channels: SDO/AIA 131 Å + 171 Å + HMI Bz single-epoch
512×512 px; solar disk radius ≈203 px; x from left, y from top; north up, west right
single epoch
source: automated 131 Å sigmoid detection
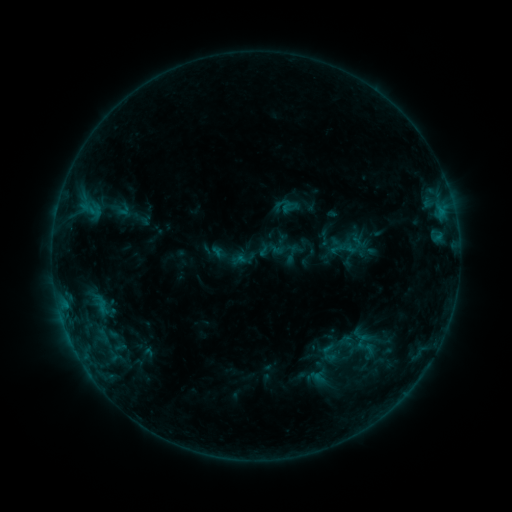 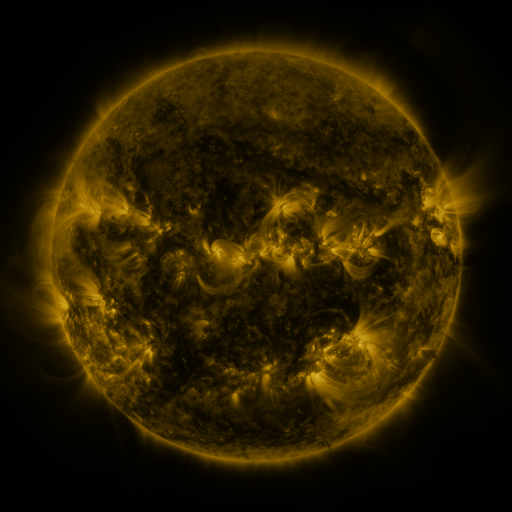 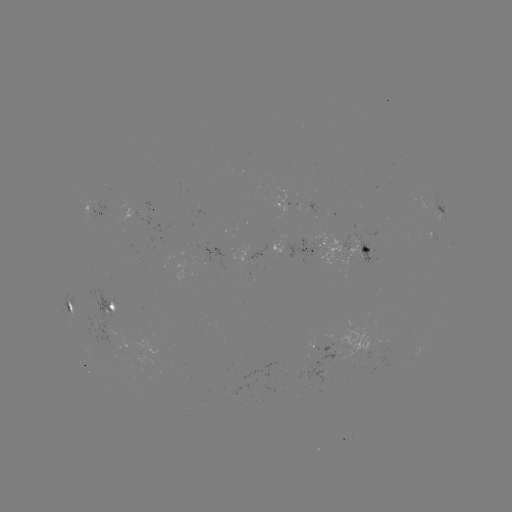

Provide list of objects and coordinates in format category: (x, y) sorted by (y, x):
sigmoid: (292, 205)
sigmoid: (103, 307)
sigmoid: (365, 346)
